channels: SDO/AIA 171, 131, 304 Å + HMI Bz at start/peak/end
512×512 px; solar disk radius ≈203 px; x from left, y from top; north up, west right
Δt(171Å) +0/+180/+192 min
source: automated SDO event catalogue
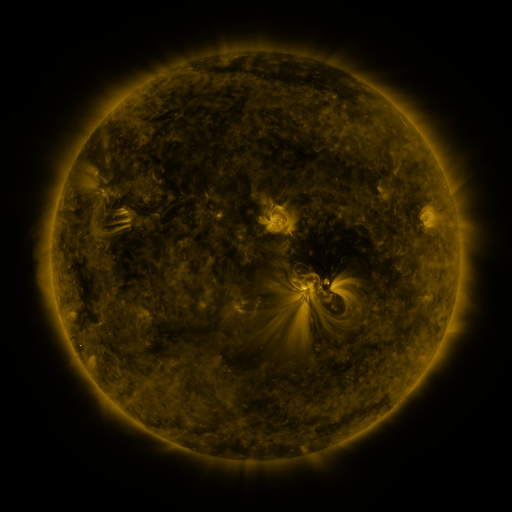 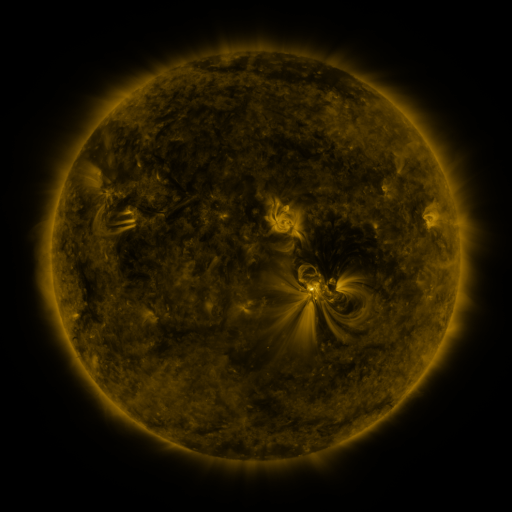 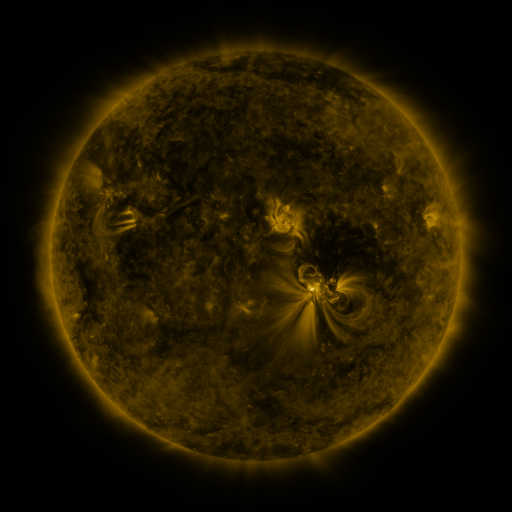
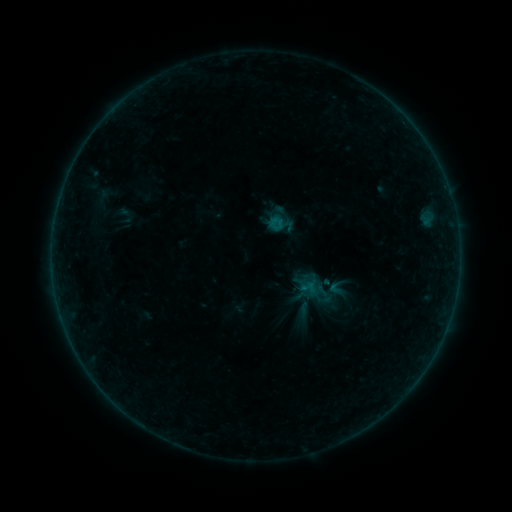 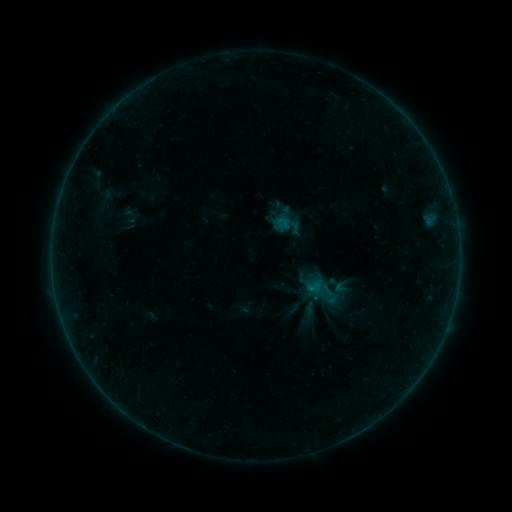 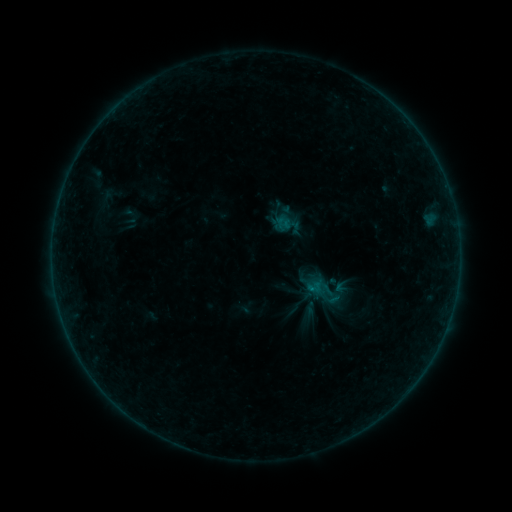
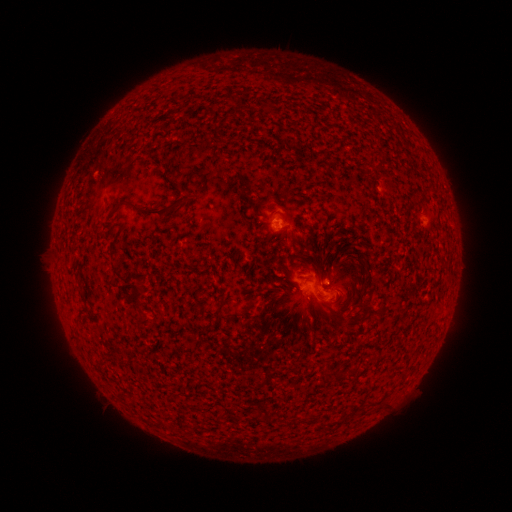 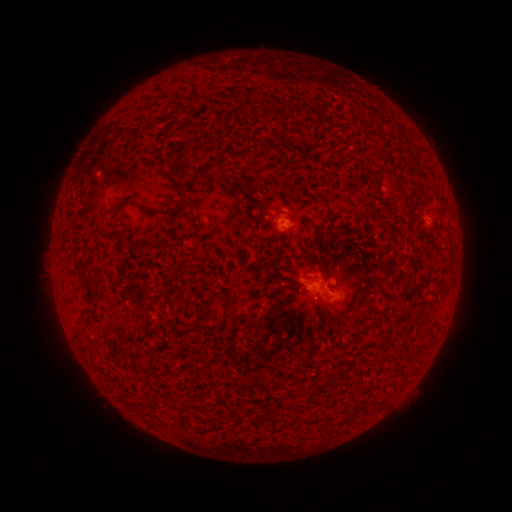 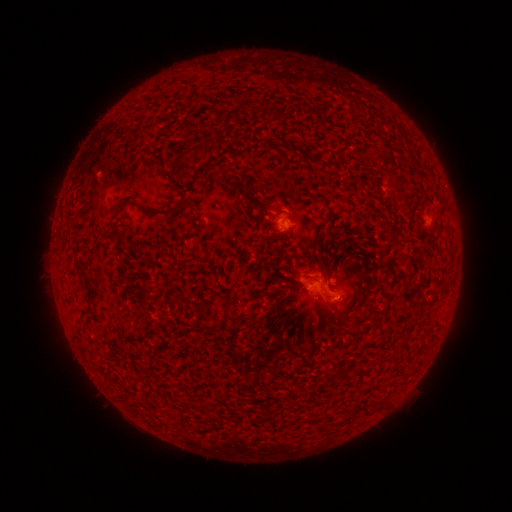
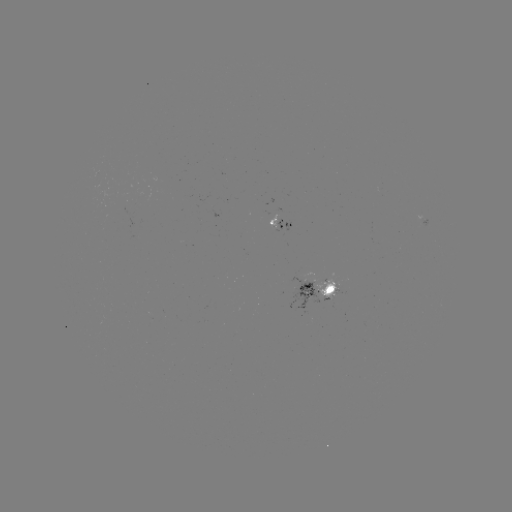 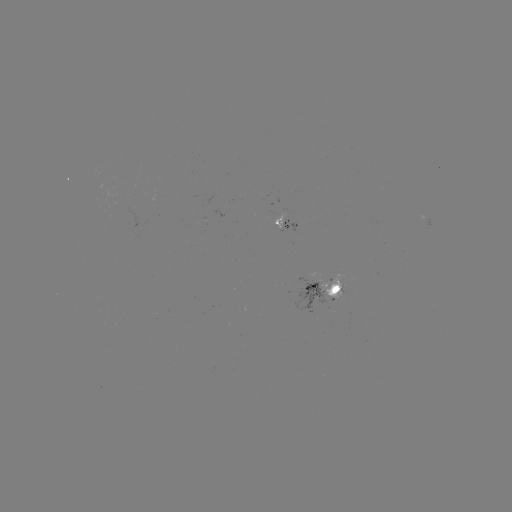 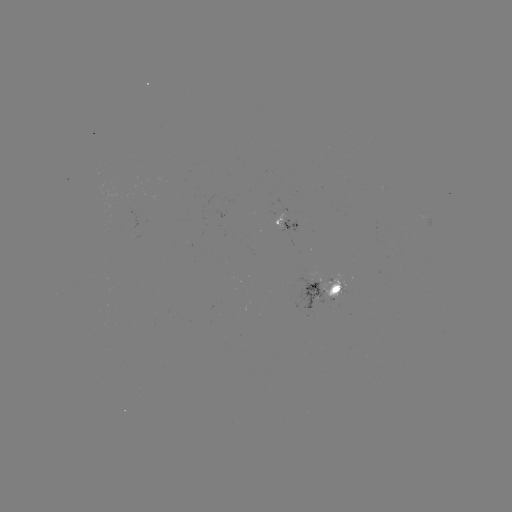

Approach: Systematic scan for emerging-flux region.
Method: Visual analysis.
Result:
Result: emerging-flux region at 332,283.